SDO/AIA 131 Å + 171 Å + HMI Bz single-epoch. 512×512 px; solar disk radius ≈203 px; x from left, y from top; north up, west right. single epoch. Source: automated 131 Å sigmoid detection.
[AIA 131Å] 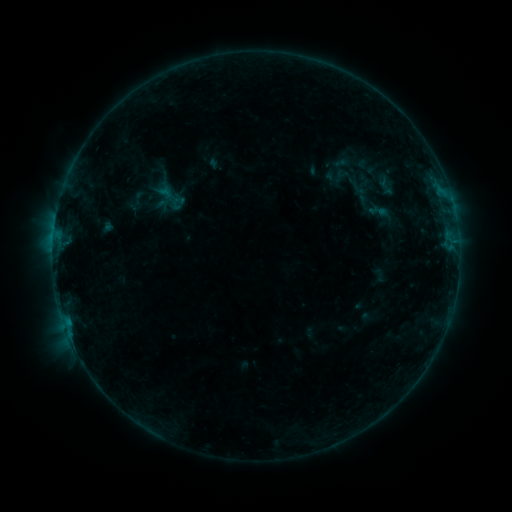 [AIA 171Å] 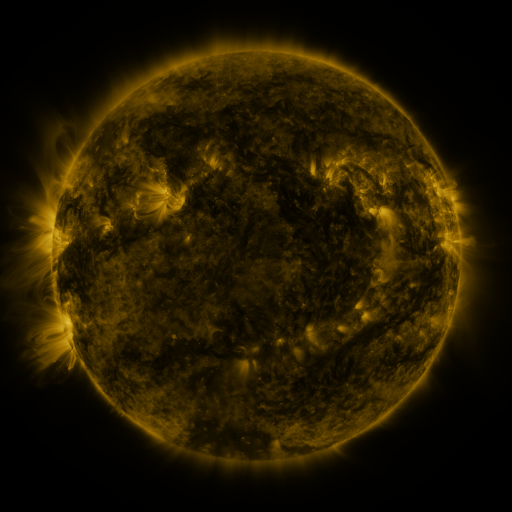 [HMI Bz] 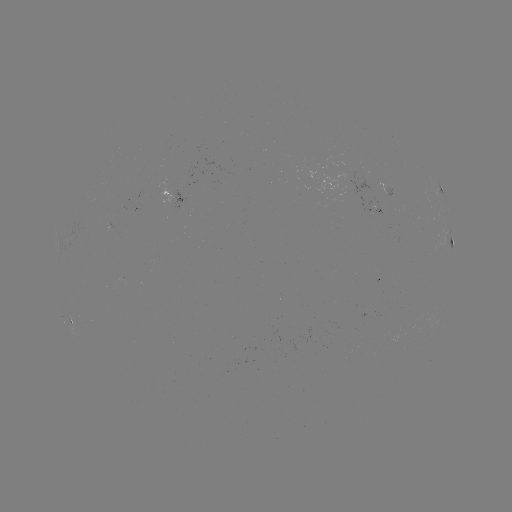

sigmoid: <bbox>352, 185, 373, 204</bbox>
